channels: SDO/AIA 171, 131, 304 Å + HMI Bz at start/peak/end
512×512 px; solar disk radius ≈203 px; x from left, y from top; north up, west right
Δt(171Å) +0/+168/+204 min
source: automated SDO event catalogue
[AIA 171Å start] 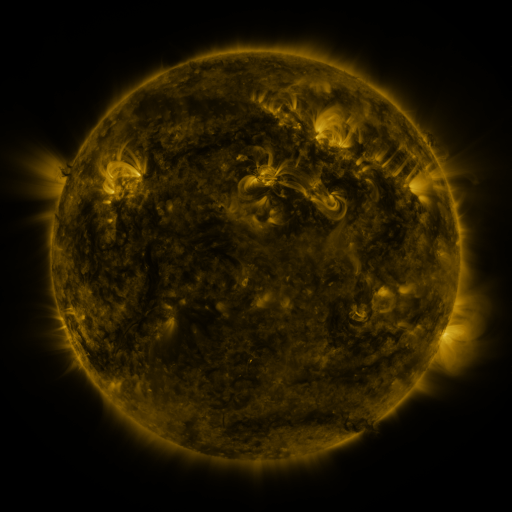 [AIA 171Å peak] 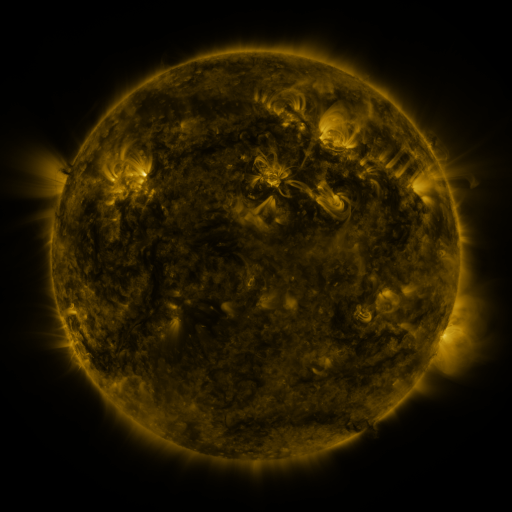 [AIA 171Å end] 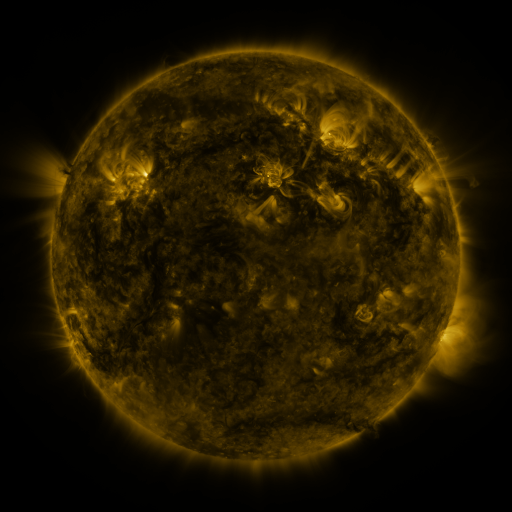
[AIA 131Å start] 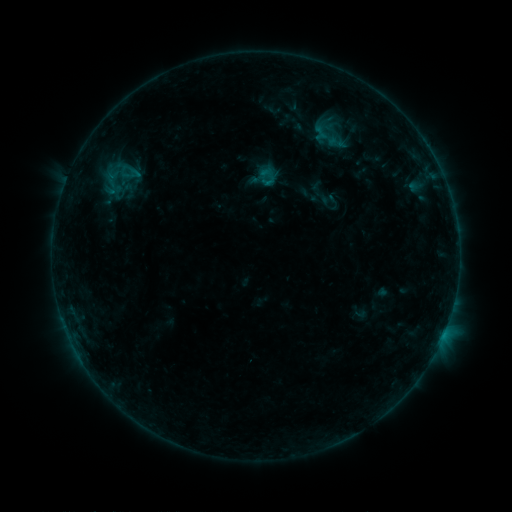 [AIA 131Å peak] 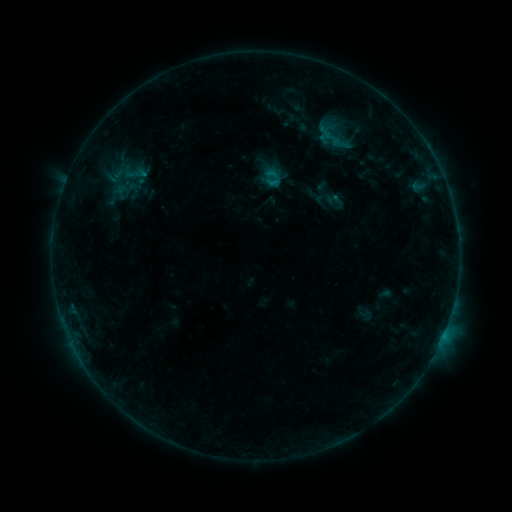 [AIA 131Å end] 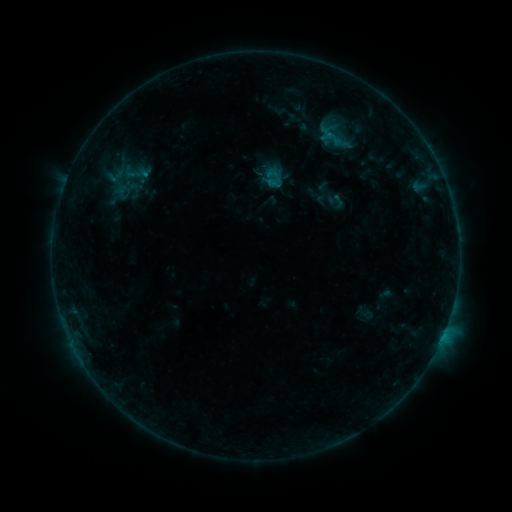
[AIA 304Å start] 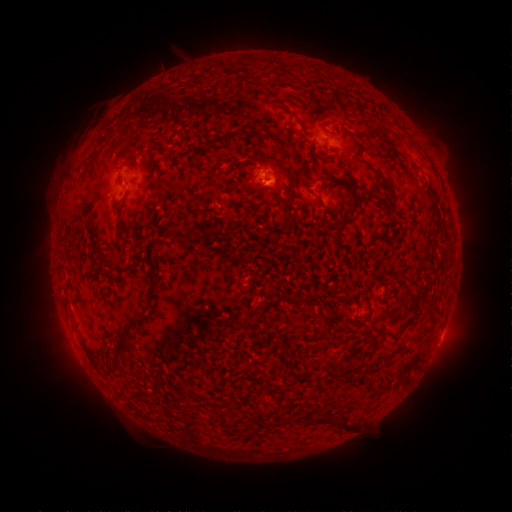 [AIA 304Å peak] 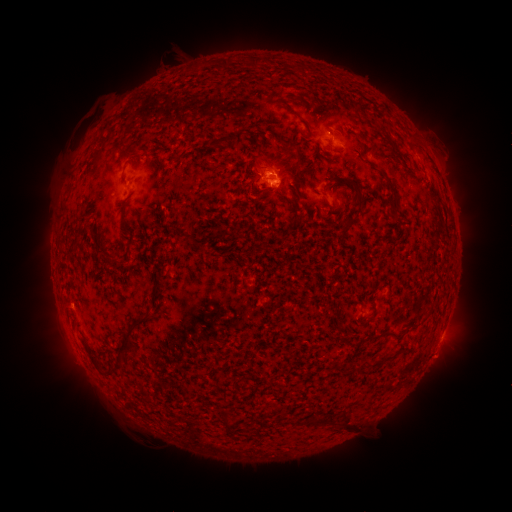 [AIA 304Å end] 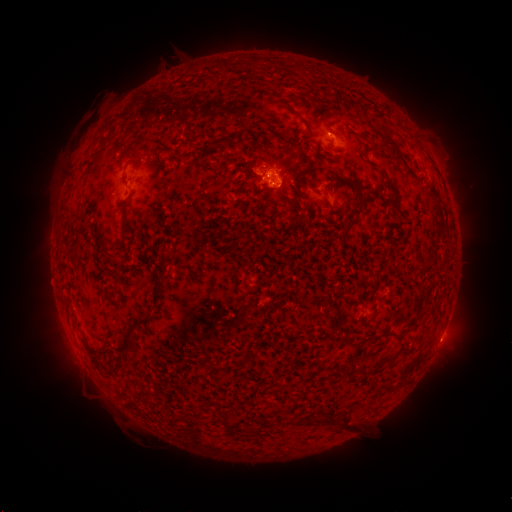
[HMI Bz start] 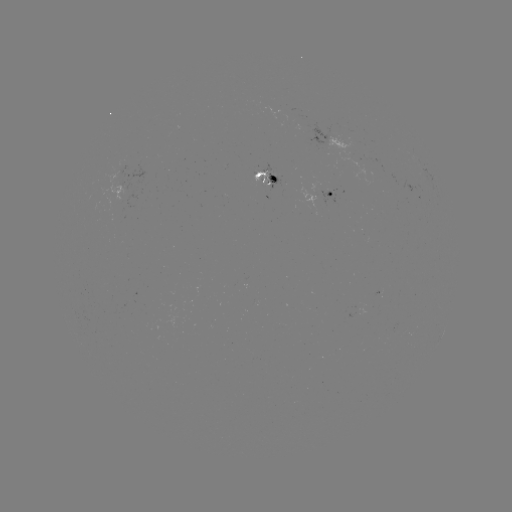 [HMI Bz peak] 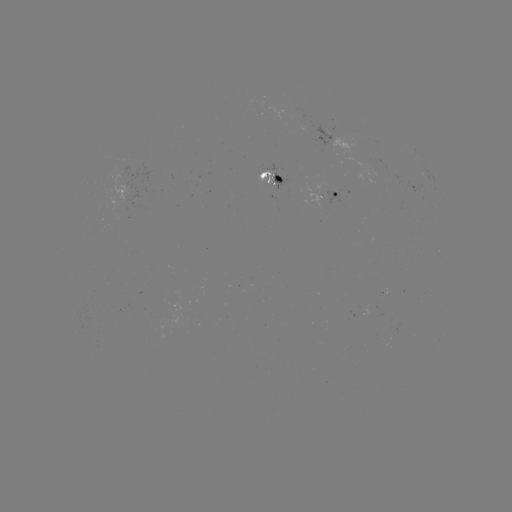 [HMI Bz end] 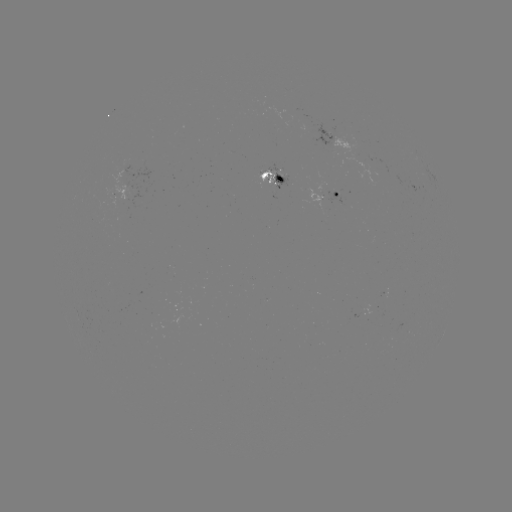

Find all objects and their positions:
emerging-flux region: (325, 135)
